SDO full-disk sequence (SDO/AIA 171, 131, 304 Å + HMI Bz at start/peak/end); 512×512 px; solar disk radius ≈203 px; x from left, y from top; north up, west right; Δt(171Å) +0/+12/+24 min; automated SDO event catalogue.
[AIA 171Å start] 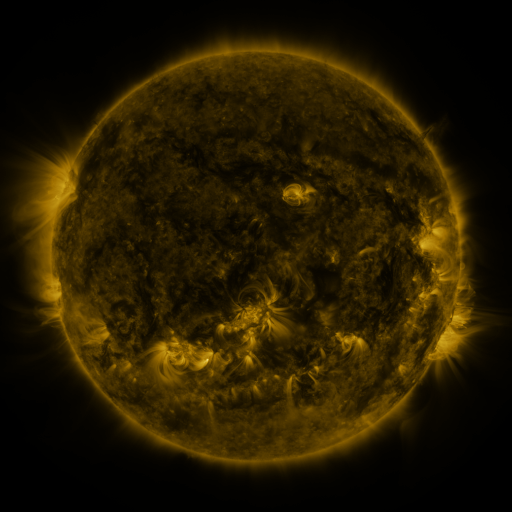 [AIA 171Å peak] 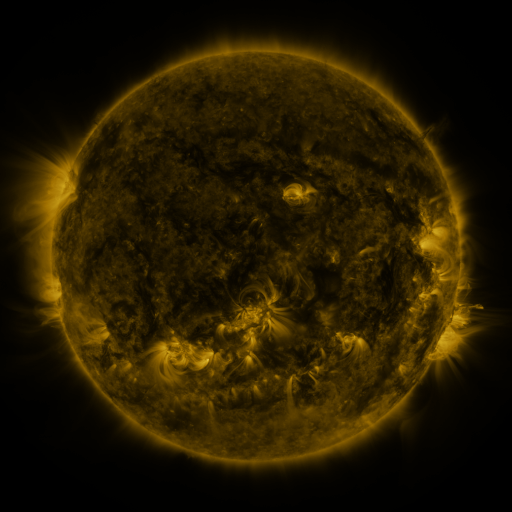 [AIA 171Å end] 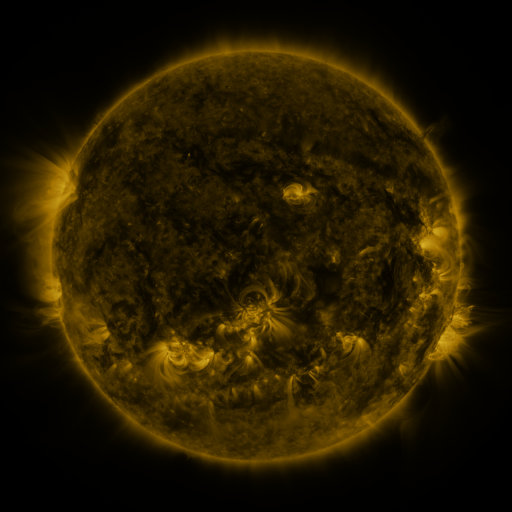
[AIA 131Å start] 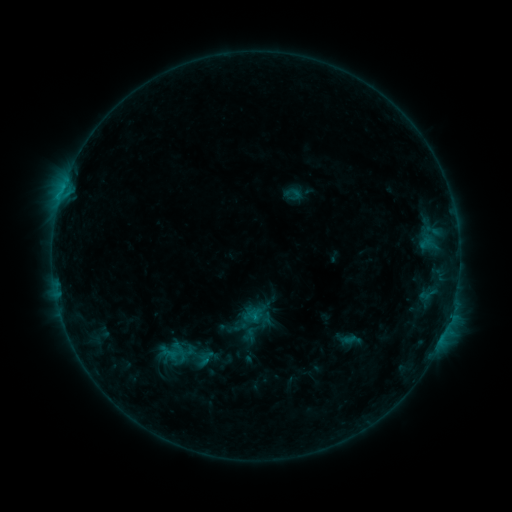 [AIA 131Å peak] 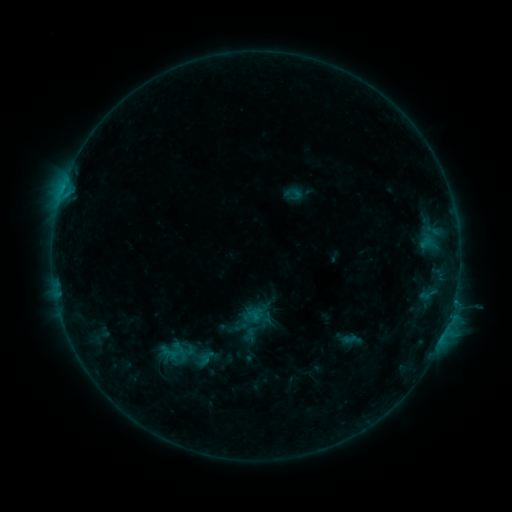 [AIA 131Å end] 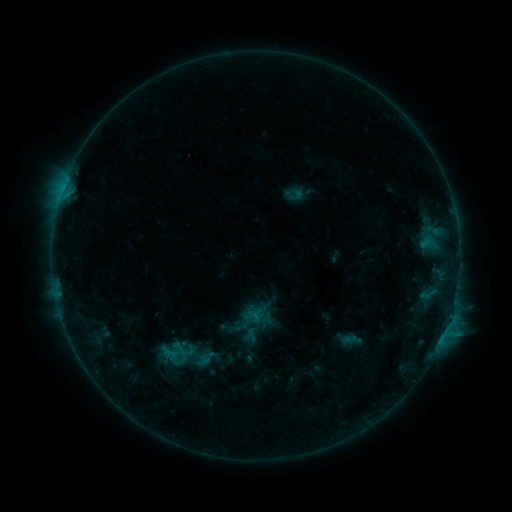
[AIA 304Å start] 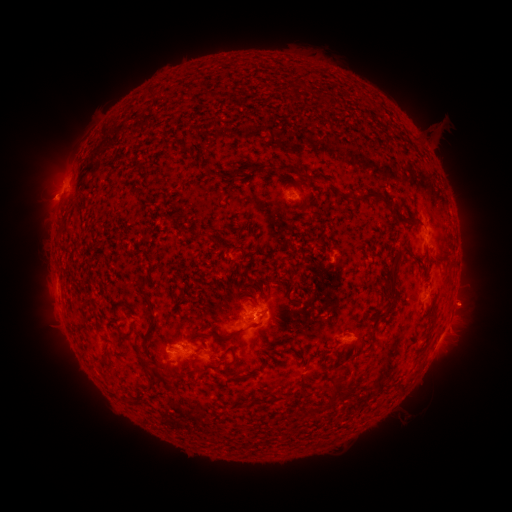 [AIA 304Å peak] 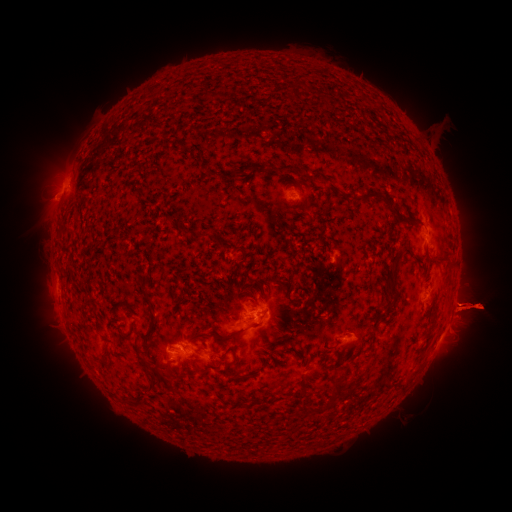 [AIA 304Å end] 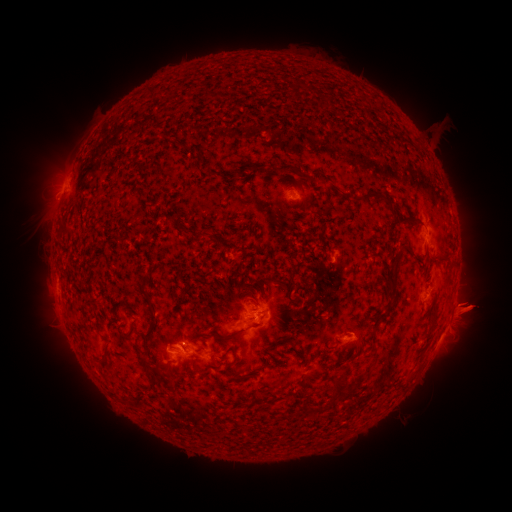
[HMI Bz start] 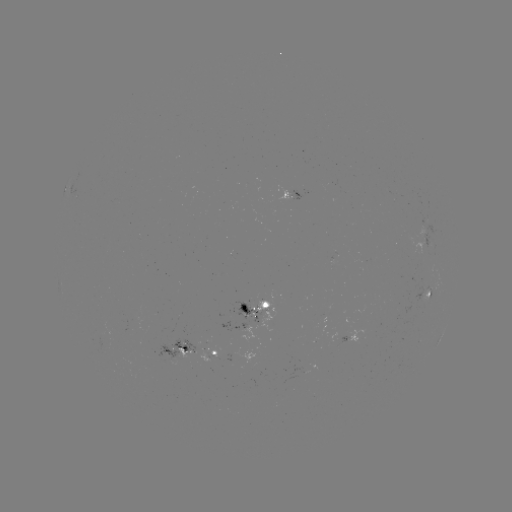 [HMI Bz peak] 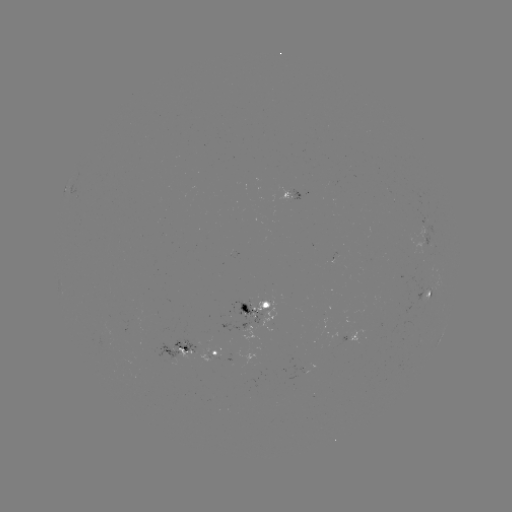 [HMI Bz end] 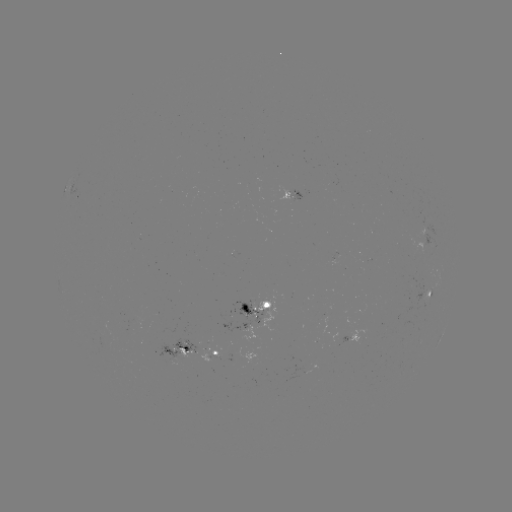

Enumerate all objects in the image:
eruption: (474, 306)
